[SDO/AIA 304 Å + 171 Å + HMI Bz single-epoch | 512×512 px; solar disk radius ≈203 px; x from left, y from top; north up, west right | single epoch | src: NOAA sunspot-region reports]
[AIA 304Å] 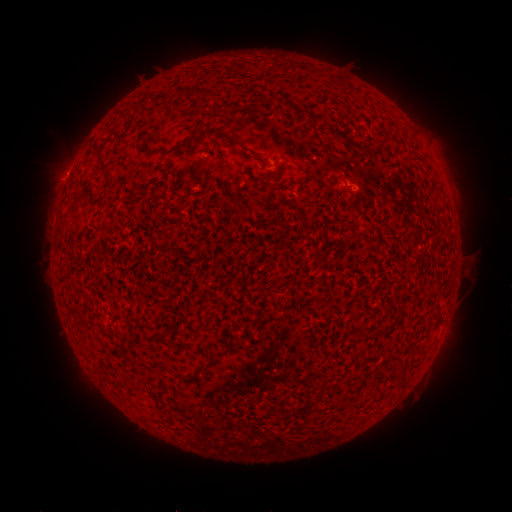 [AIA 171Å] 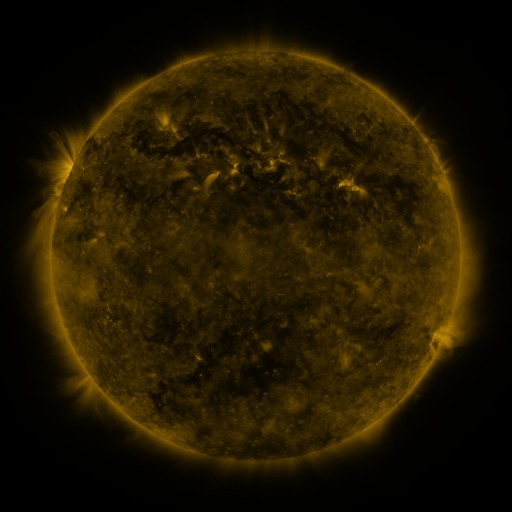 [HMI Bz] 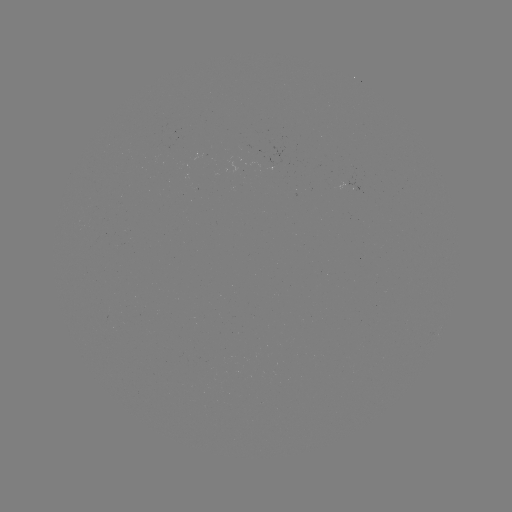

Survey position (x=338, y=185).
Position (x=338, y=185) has spotted active region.